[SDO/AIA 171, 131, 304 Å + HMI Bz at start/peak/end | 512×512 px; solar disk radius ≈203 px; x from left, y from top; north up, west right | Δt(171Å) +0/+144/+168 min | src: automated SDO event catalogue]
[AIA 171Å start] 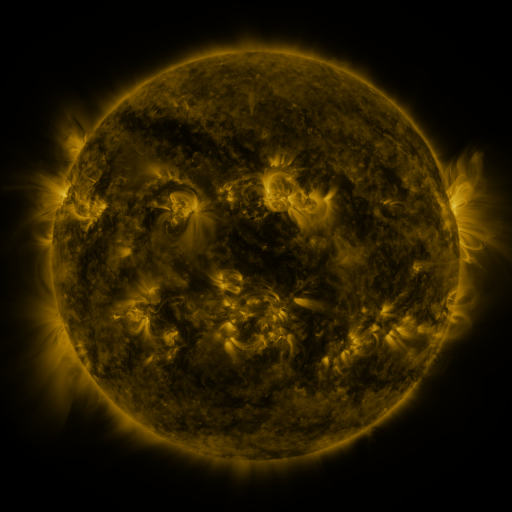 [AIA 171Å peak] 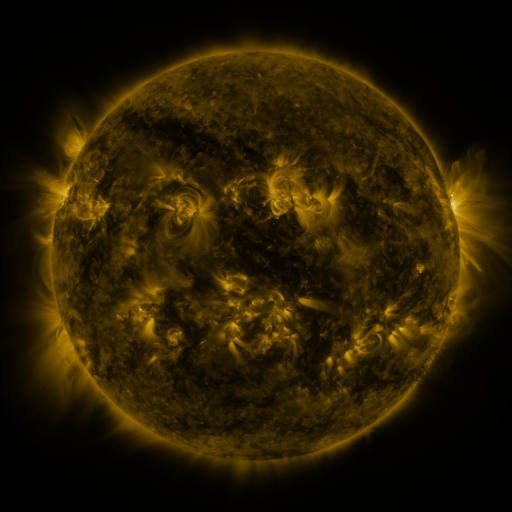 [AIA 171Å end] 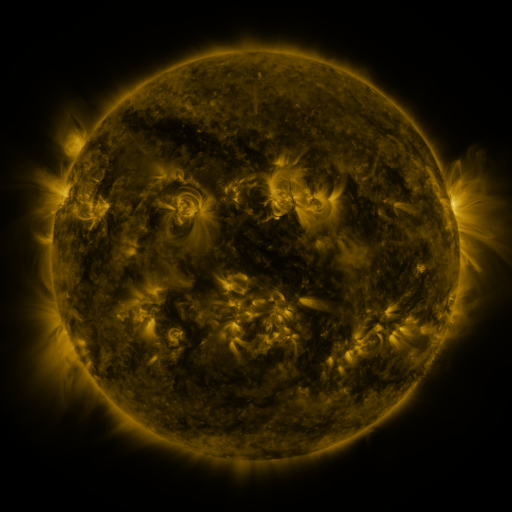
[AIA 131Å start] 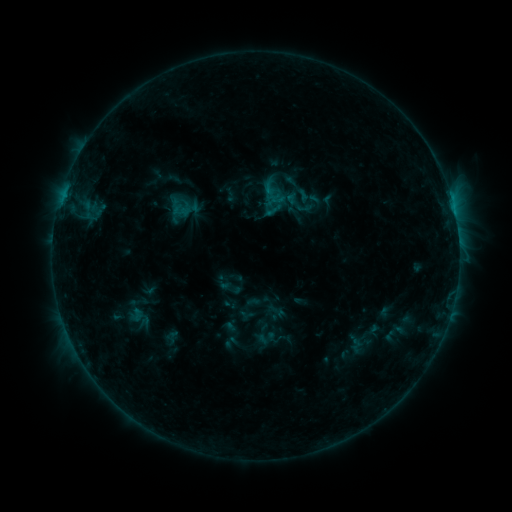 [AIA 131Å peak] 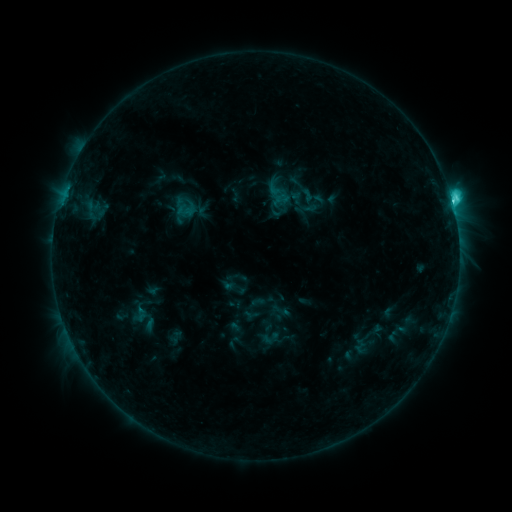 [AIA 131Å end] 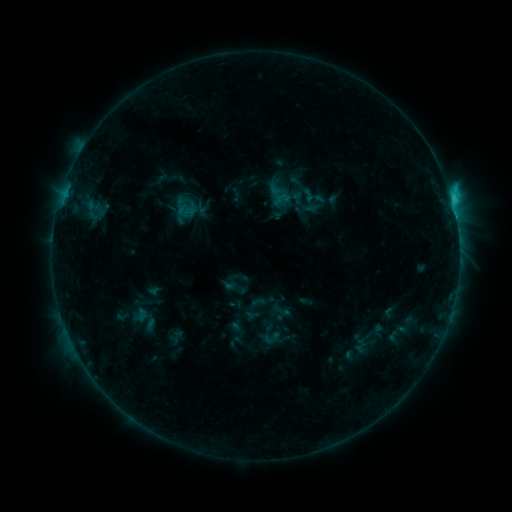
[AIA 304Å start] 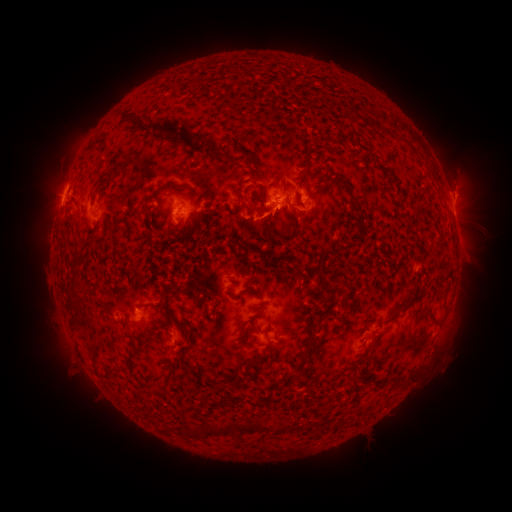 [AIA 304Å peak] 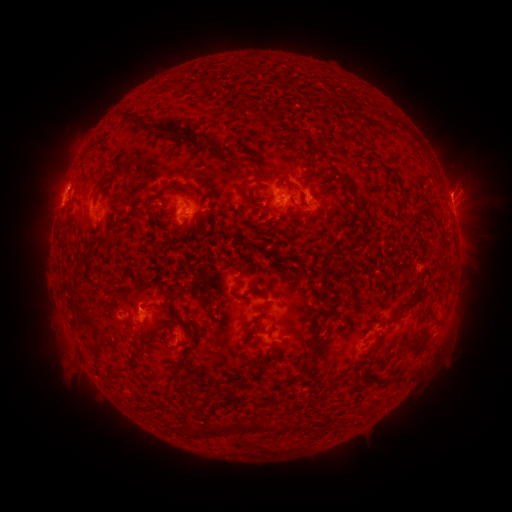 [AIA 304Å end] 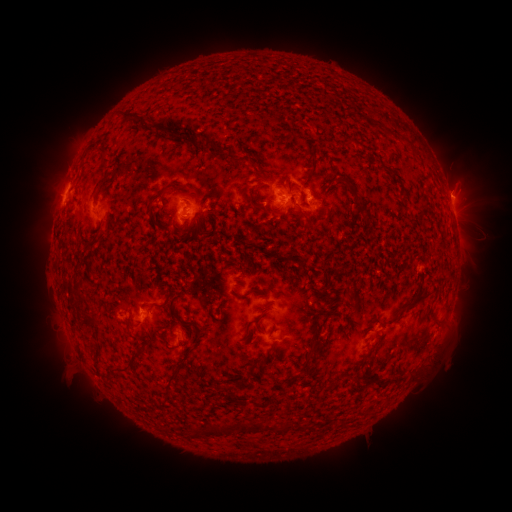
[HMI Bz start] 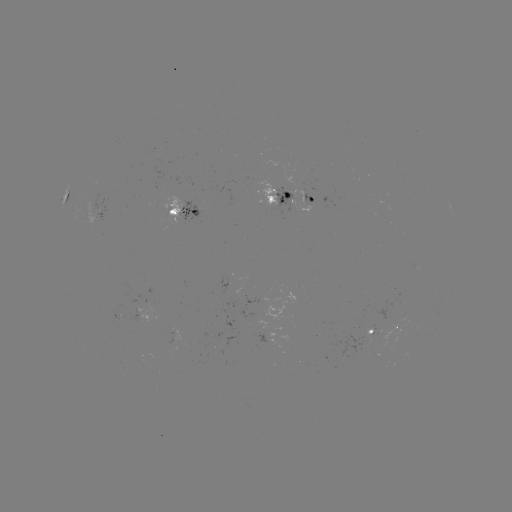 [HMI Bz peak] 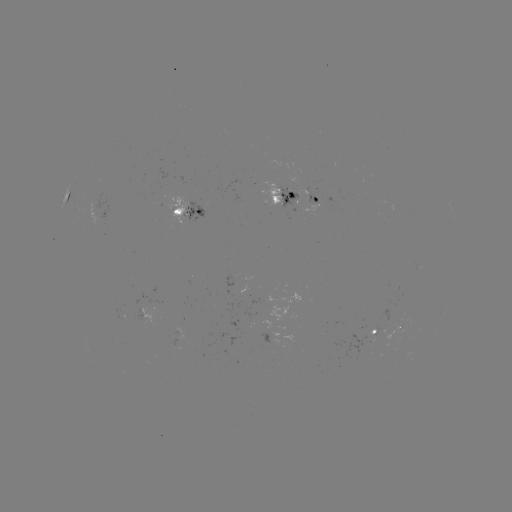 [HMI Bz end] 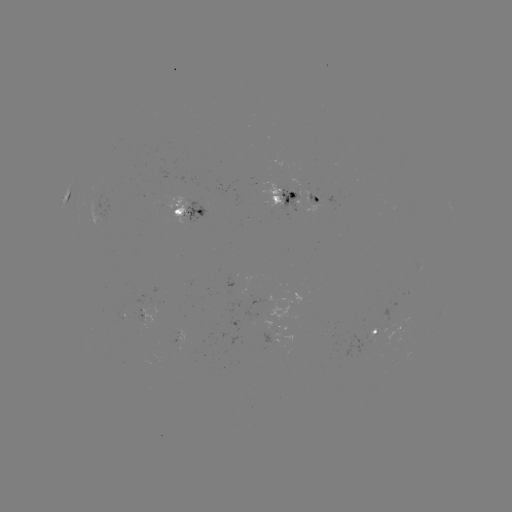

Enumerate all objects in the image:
emerging-flux region: (293, 195)
